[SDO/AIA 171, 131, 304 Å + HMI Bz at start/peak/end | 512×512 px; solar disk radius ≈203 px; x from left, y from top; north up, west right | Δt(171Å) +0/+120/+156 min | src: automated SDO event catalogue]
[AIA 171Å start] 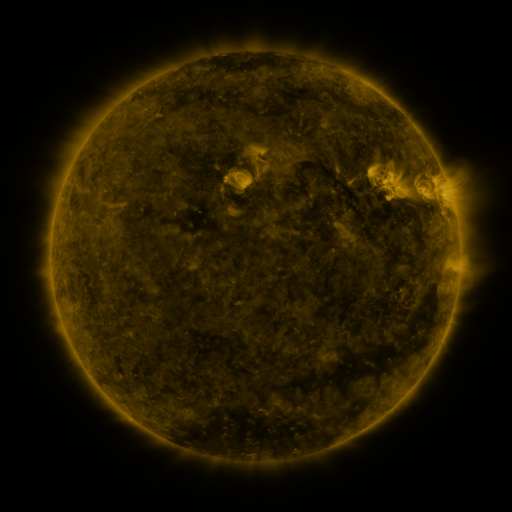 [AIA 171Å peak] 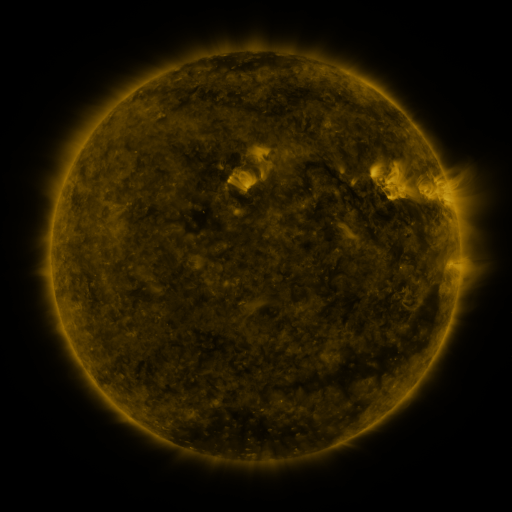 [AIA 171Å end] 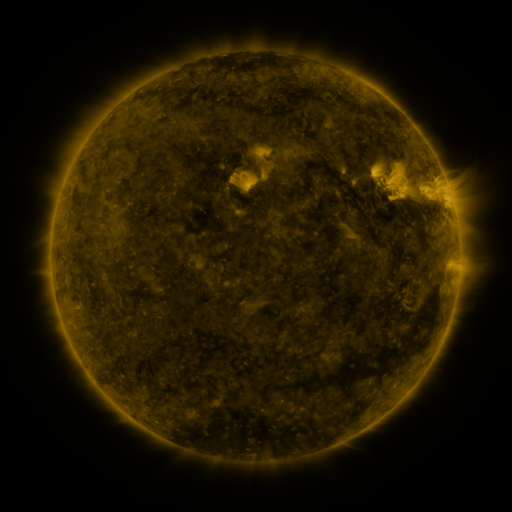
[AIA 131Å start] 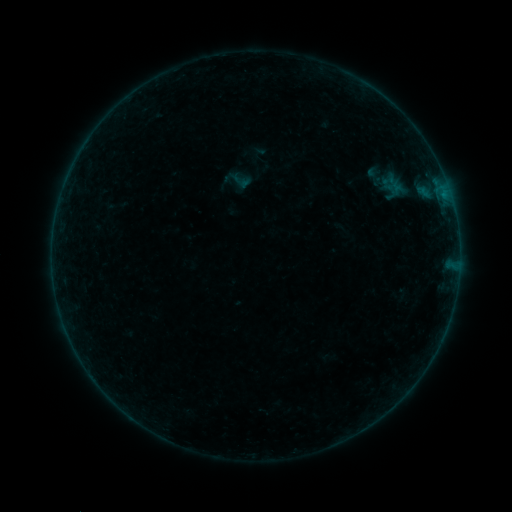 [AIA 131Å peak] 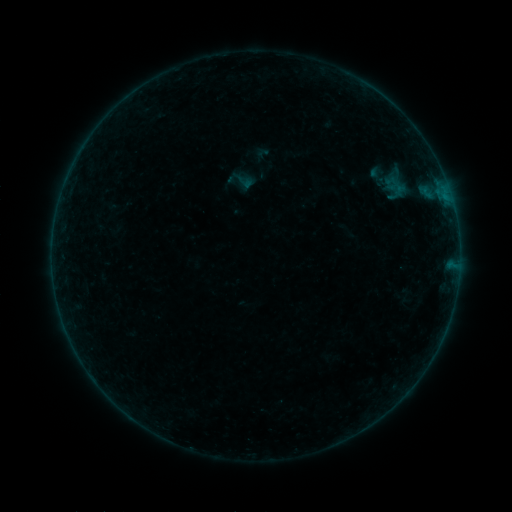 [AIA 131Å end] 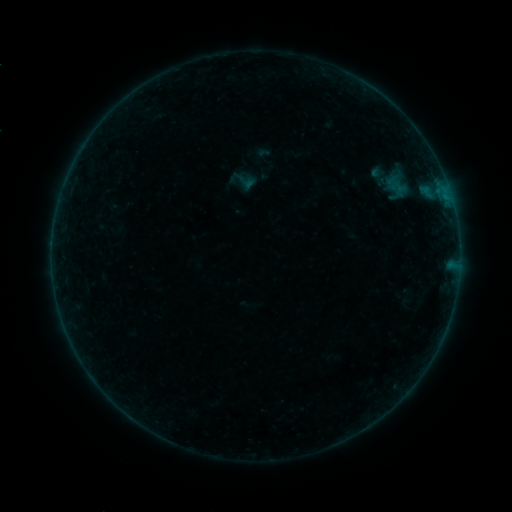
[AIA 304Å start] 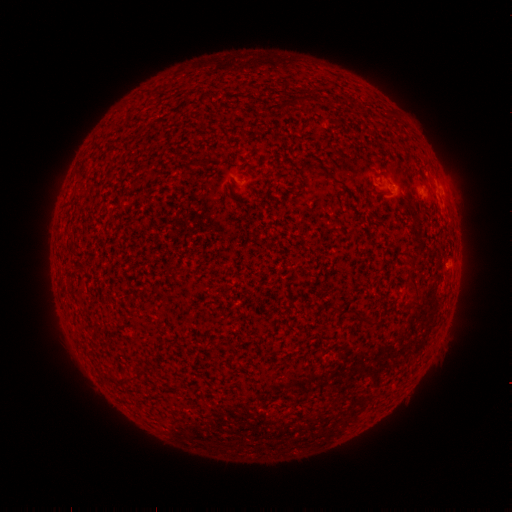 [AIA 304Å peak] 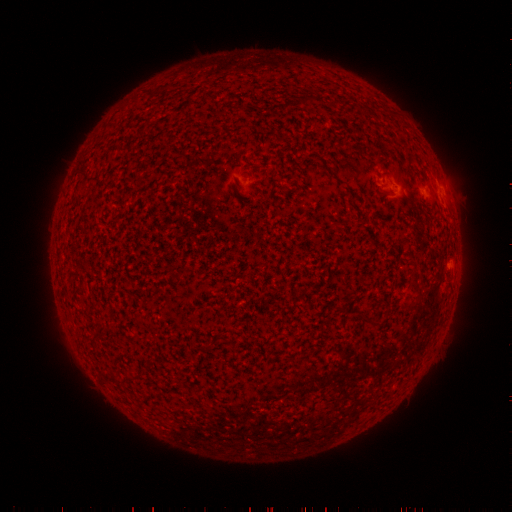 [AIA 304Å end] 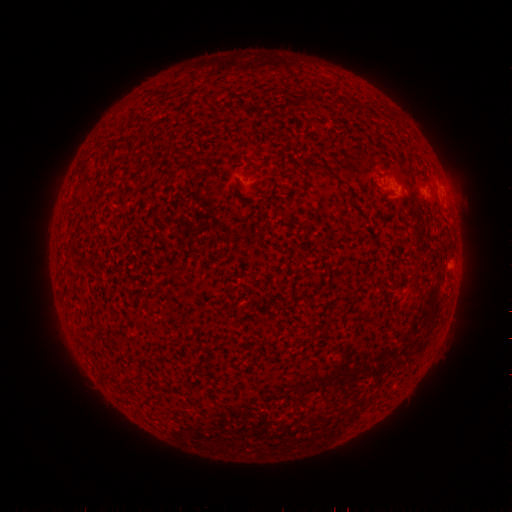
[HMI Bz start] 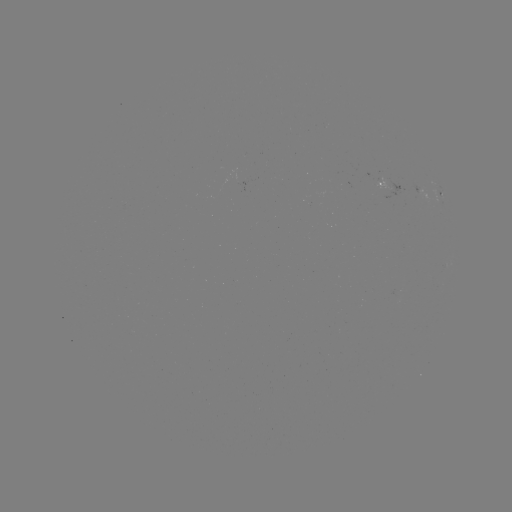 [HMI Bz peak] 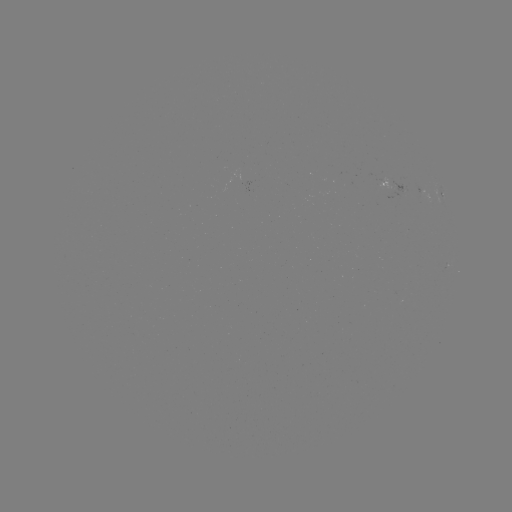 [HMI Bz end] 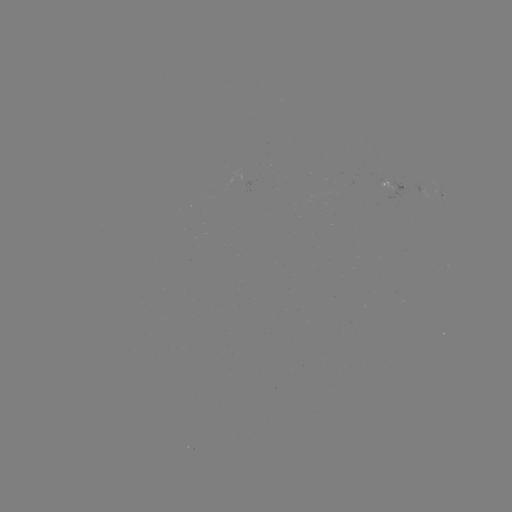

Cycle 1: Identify emerging-flux region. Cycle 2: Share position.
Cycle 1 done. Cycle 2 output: (155, 356).